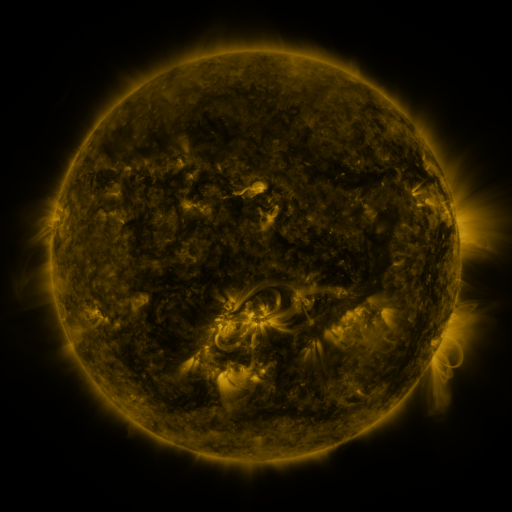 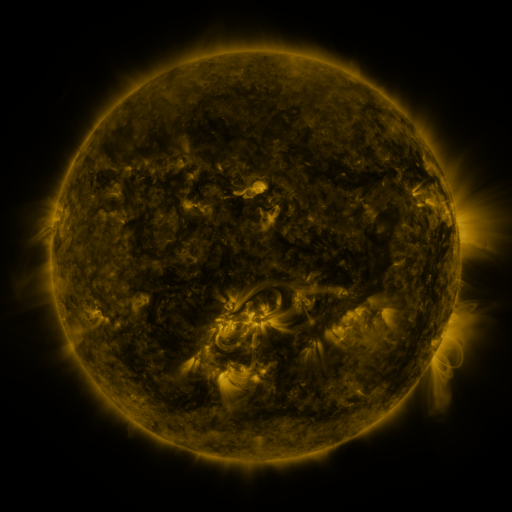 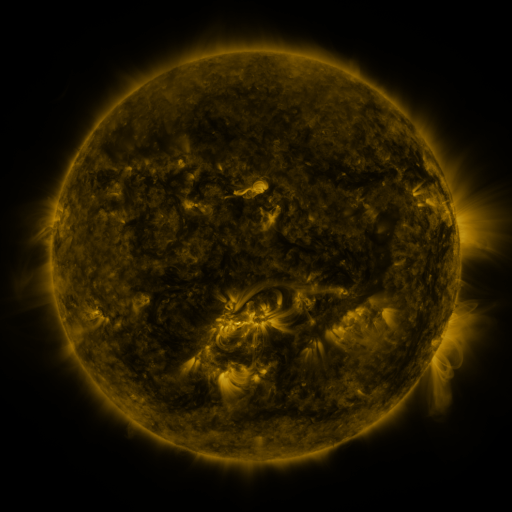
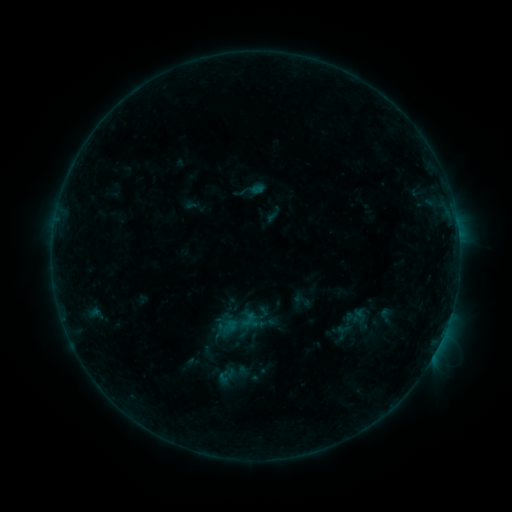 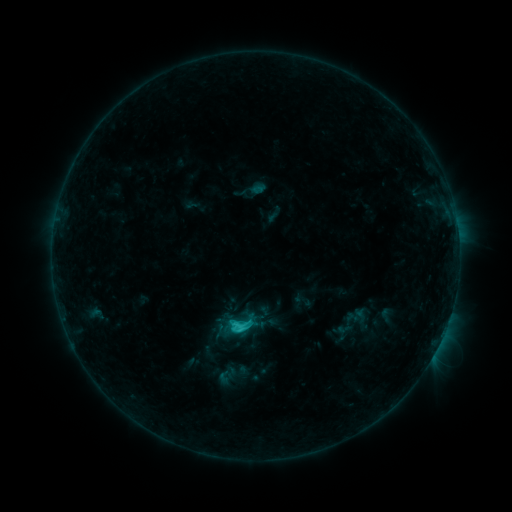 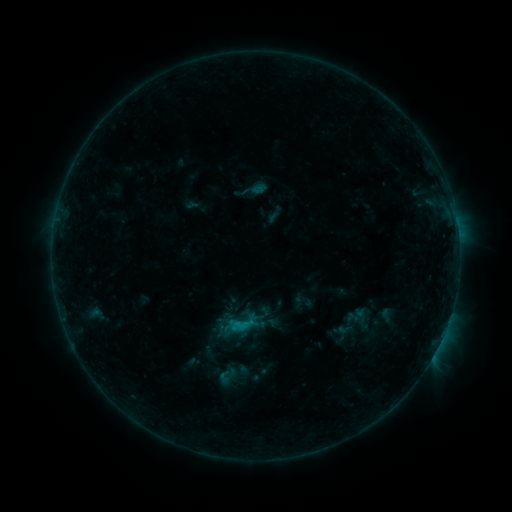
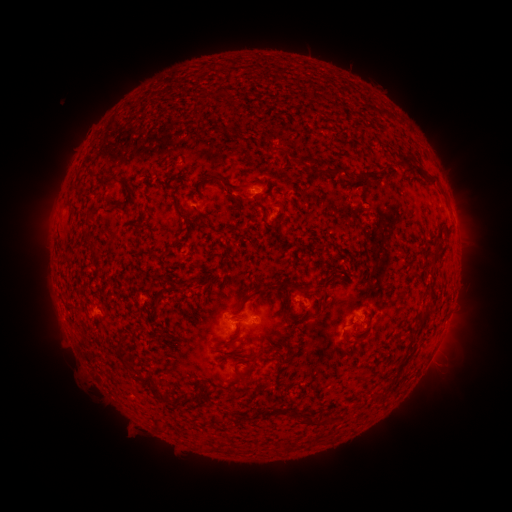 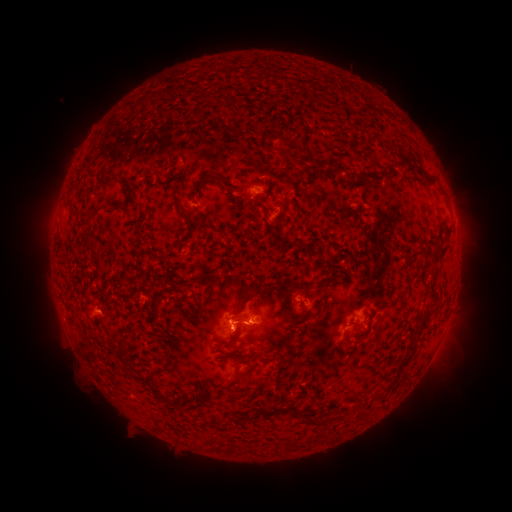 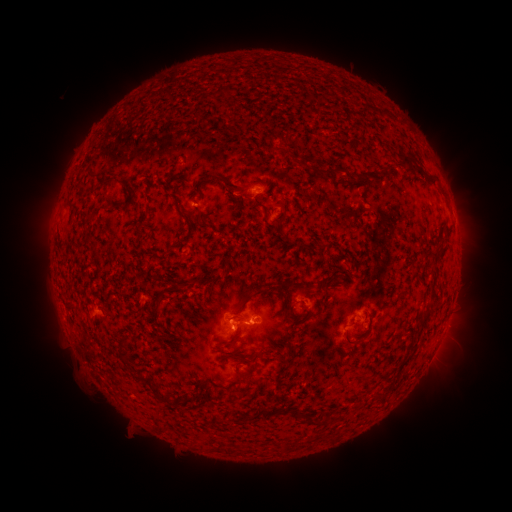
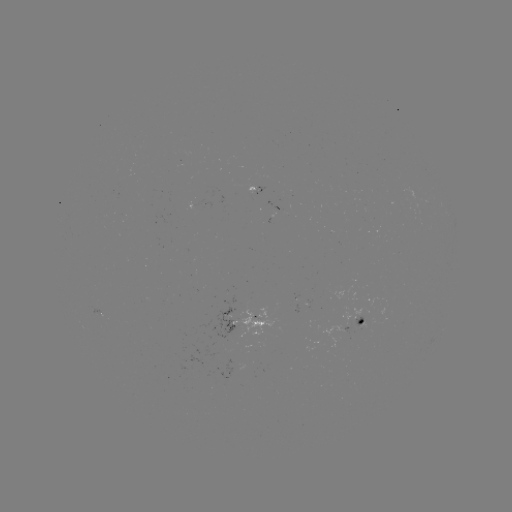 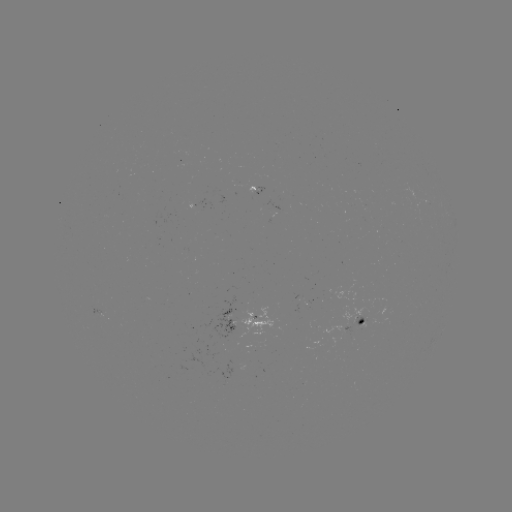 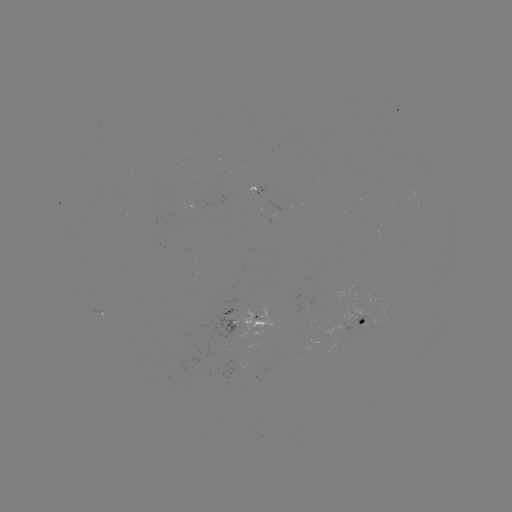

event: flare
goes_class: C1.6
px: (238, 324)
